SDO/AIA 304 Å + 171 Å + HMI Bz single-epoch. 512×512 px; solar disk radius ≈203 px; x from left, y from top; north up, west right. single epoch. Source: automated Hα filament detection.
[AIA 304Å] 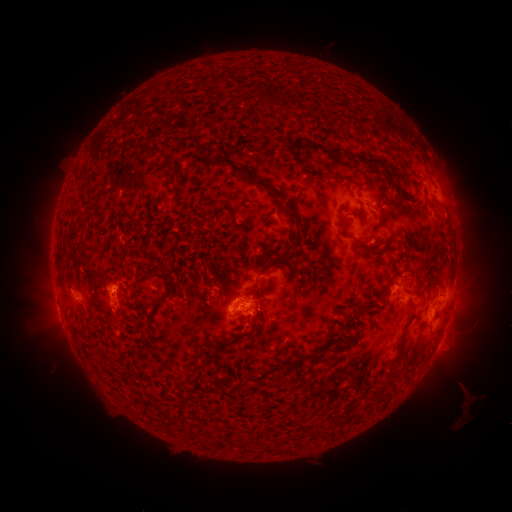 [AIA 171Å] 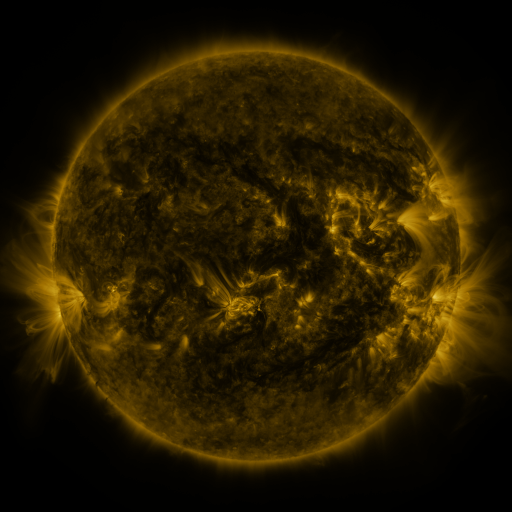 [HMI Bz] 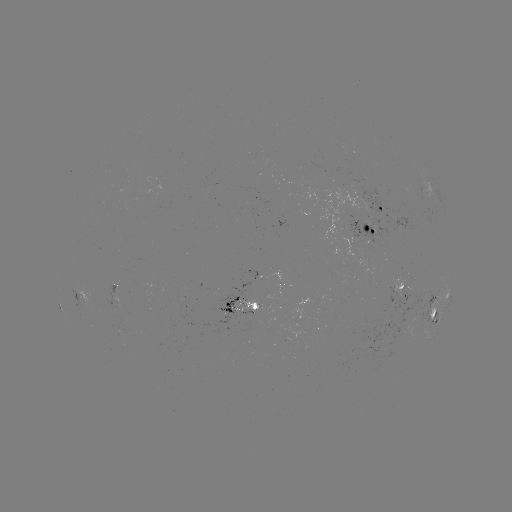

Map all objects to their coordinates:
filament: (197, 143)
filament: (159, 150)
filament: (336, 151)
filament: (370, 163)
filament: (239, 170)
filament: (341, 178)
filament: (298, 234)
filament: (351, 237)
filament: (276, 253)
filament: (433, 256)
filament: (122, 257)
filament: (387, 287)
filament: (263, 305)
filament: (91, 315)
filament: (399, 357)
